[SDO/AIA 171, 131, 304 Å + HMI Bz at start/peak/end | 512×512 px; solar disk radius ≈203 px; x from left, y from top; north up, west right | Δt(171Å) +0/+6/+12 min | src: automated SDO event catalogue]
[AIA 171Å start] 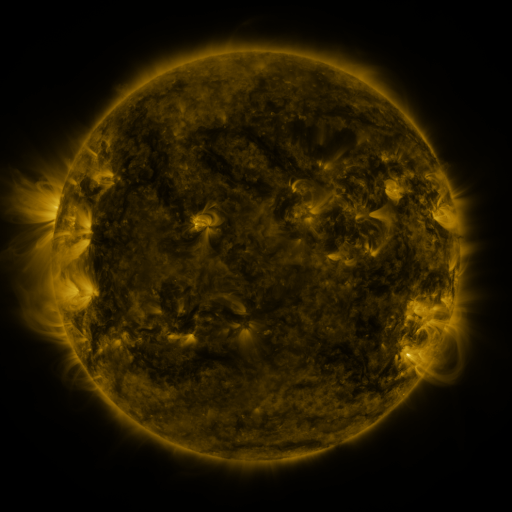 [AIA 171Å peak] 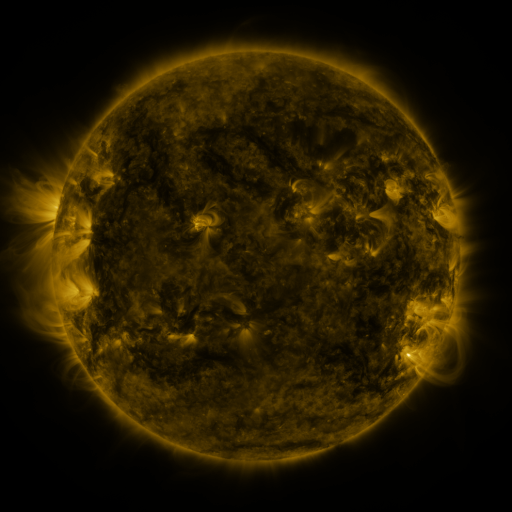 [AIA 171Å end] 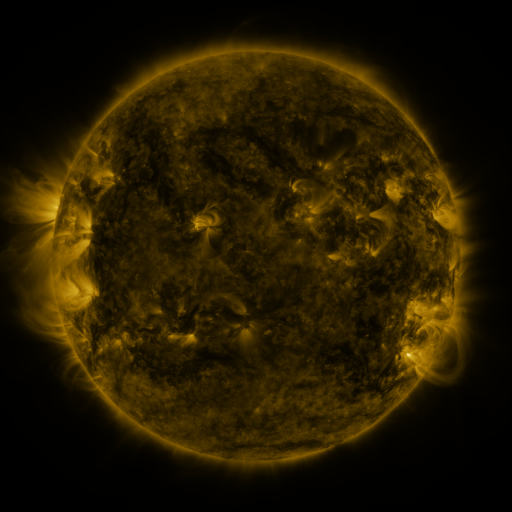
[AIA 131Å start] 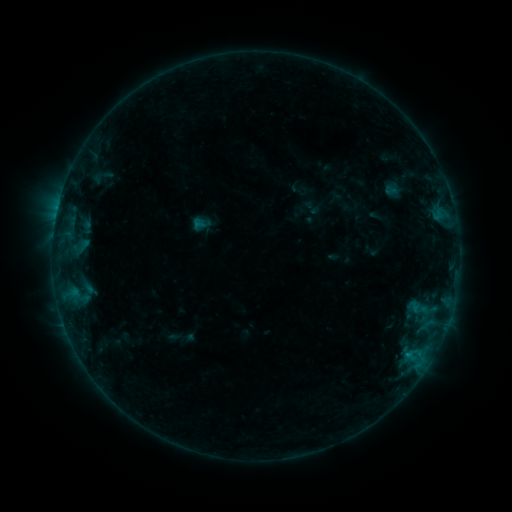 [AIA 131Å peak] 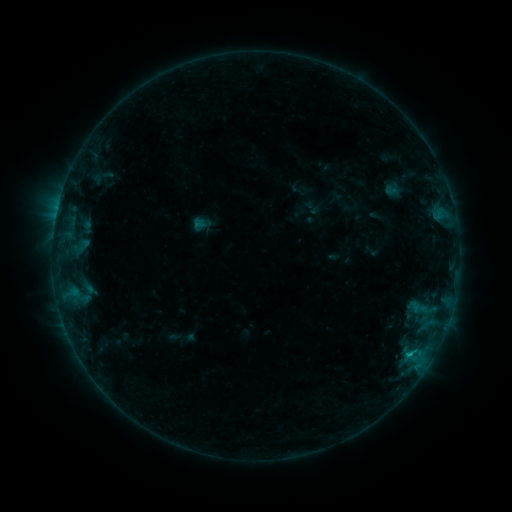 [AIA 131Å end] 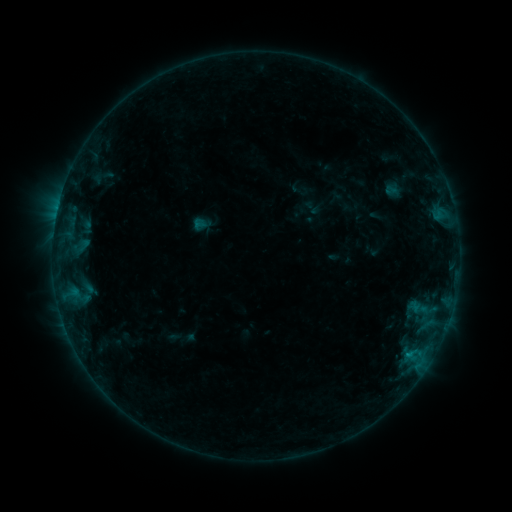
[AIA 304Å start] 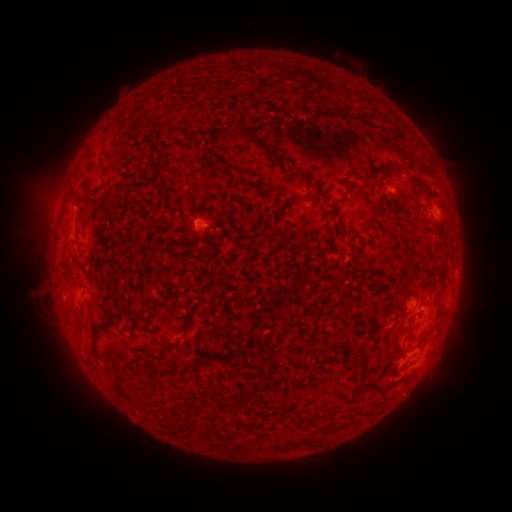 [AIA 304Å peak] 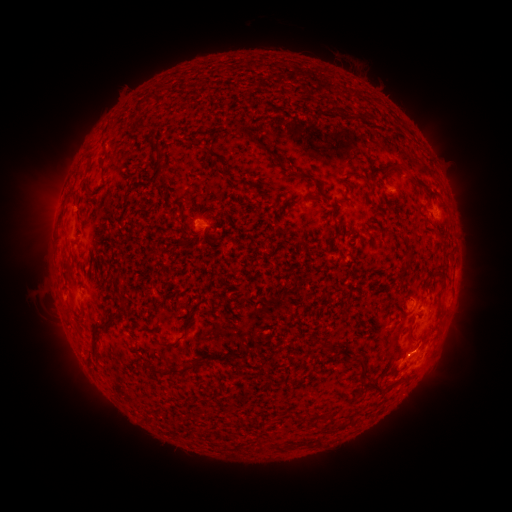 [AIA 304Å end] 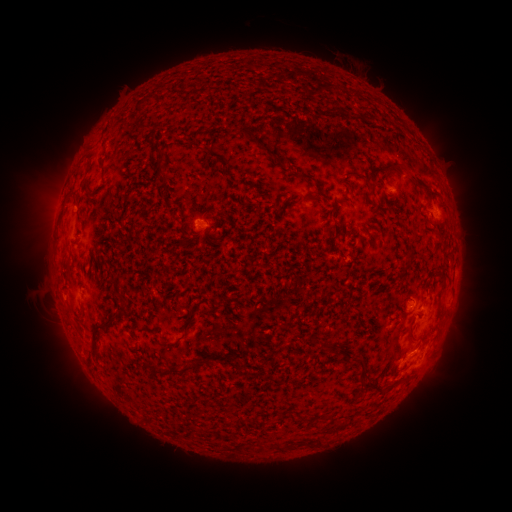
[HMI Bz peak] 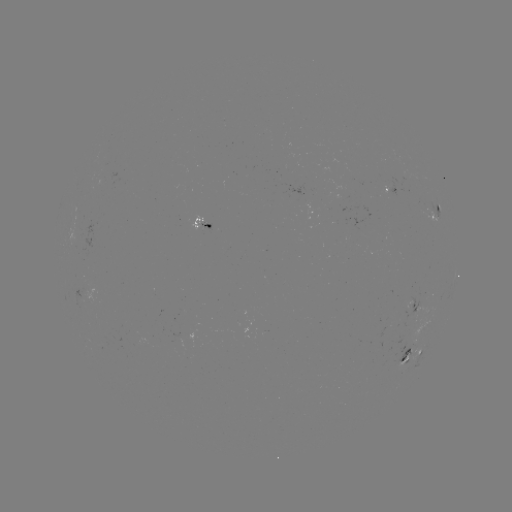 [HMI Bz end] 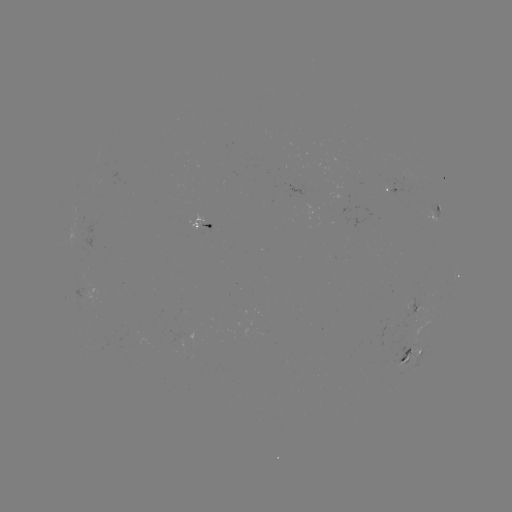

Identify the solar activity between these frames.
B4.3 flare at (408, 354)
